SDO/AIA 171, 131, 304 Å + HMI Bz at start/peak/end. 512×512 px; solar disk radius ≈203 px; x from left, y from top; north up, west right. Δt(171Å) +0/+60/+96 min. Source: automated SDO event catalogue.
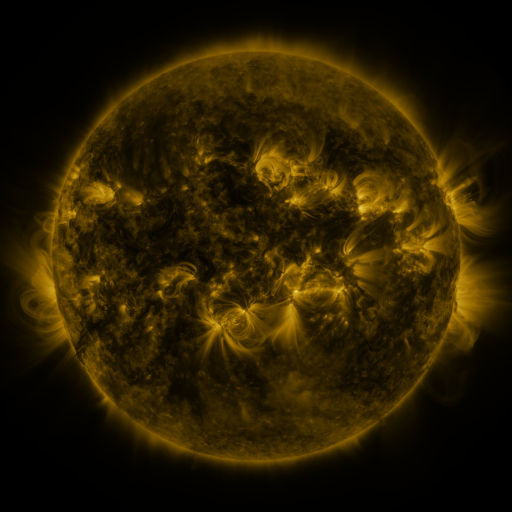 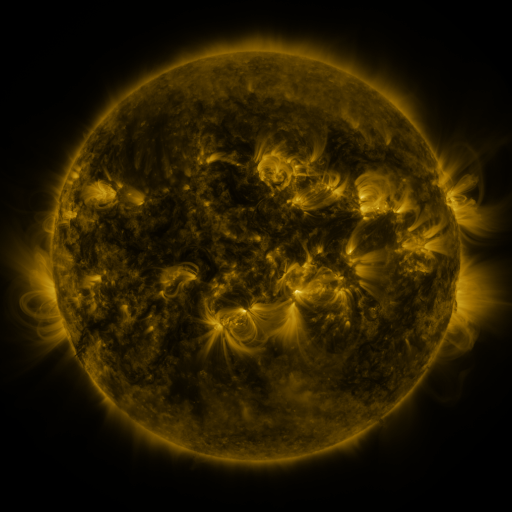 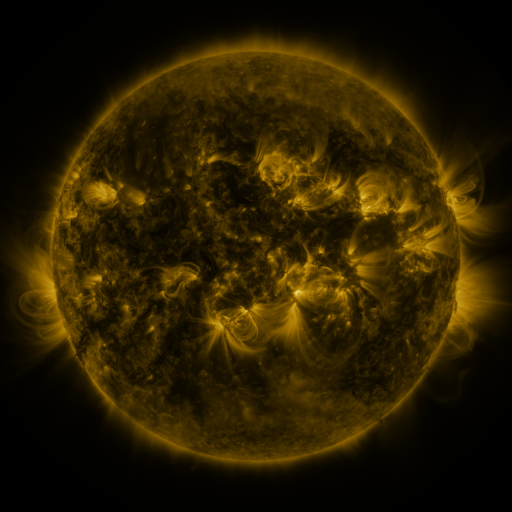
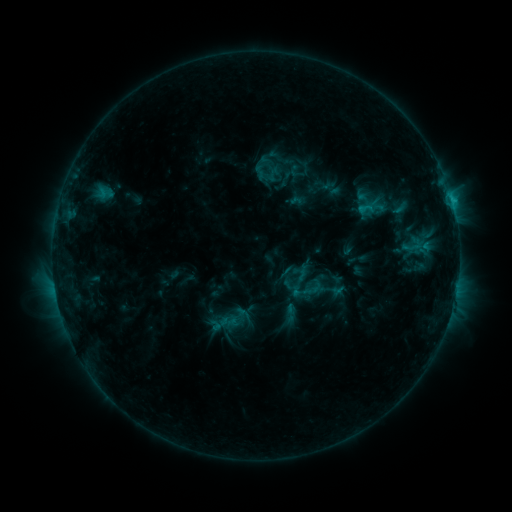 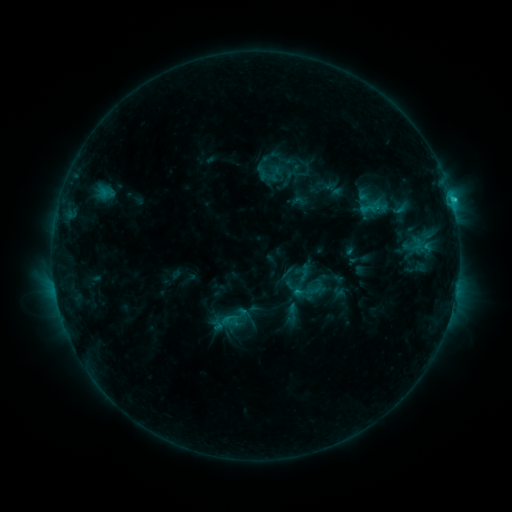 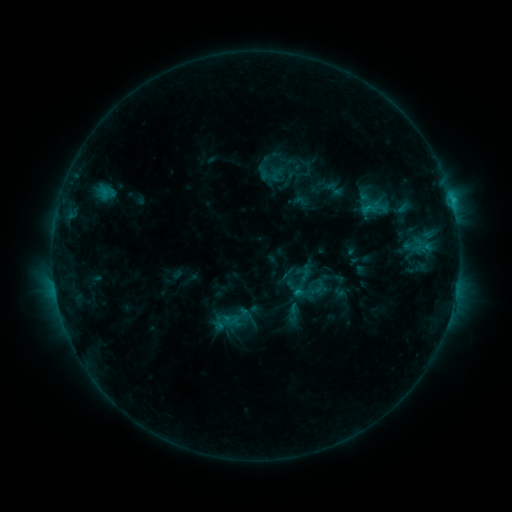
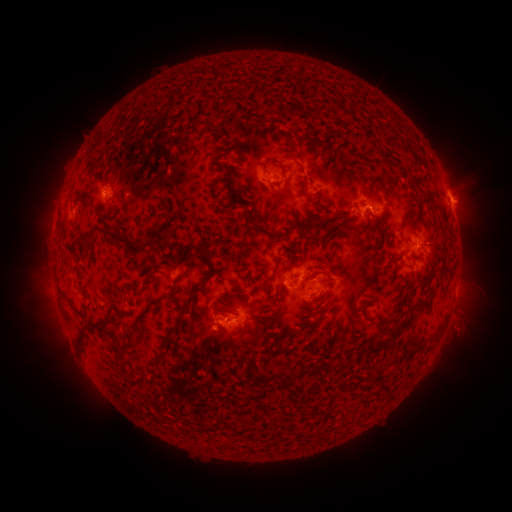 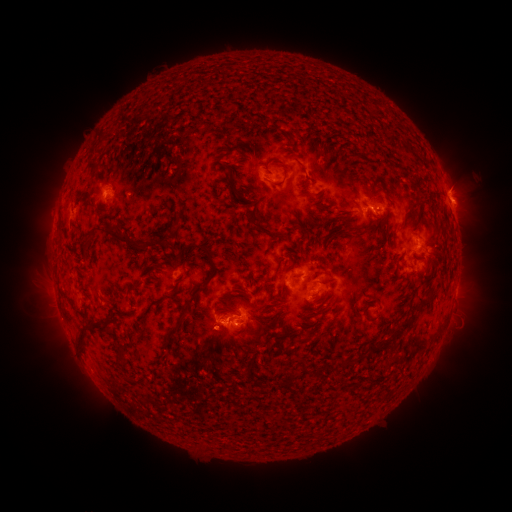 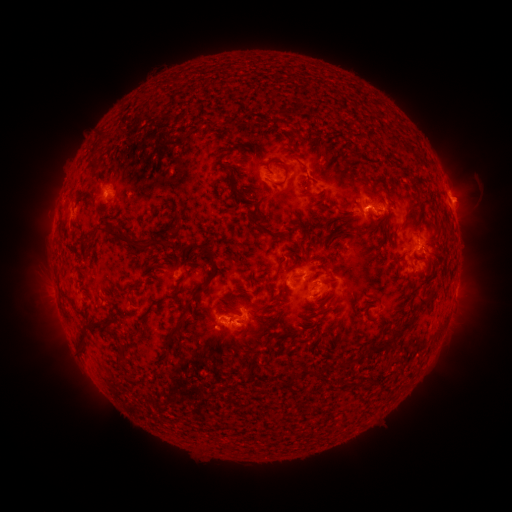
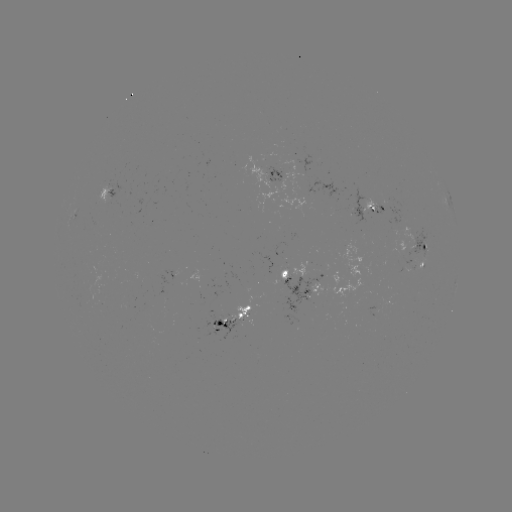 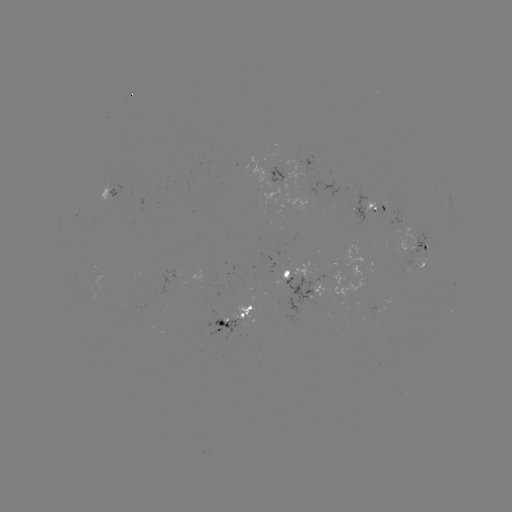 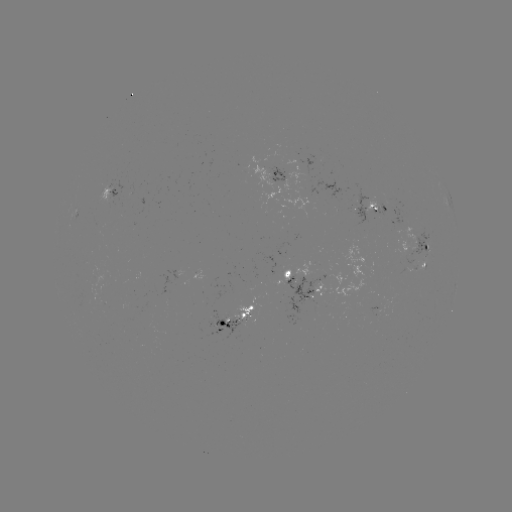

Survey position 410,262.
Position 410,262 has emerging-flux region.